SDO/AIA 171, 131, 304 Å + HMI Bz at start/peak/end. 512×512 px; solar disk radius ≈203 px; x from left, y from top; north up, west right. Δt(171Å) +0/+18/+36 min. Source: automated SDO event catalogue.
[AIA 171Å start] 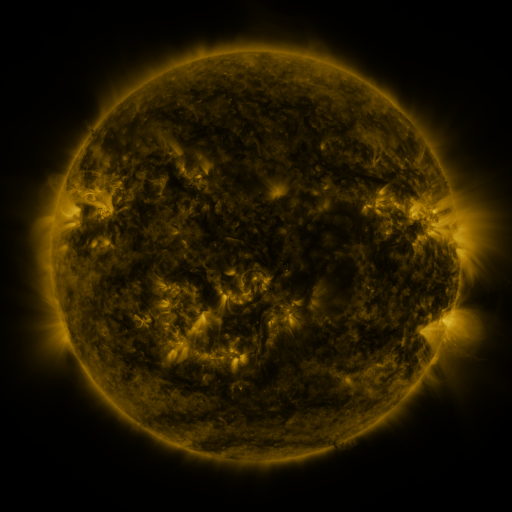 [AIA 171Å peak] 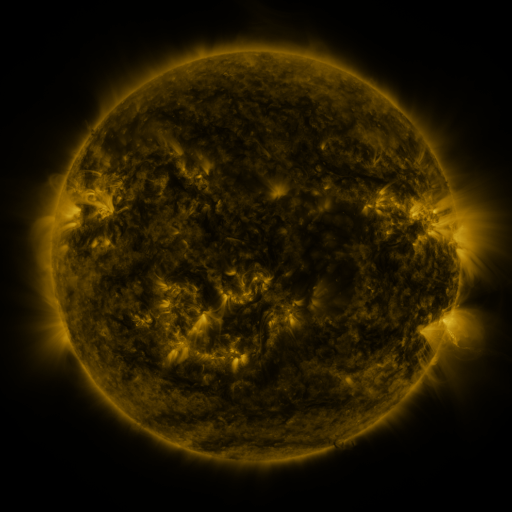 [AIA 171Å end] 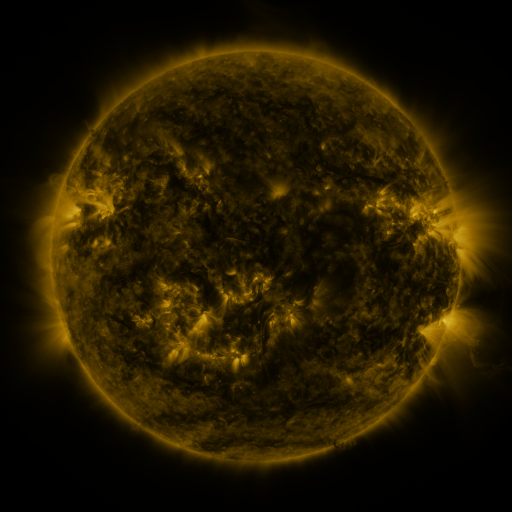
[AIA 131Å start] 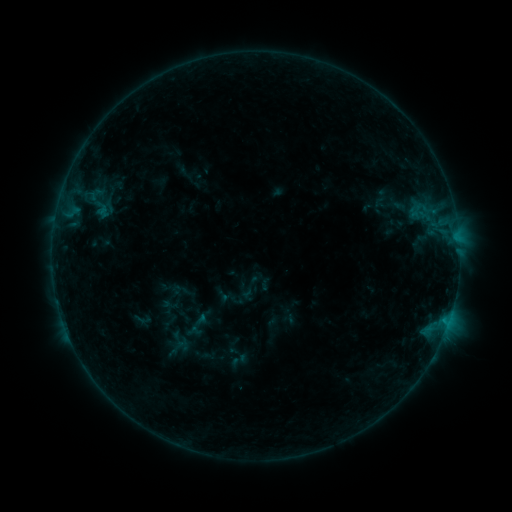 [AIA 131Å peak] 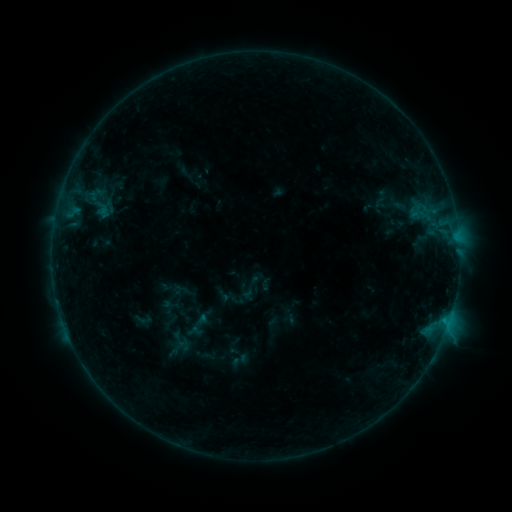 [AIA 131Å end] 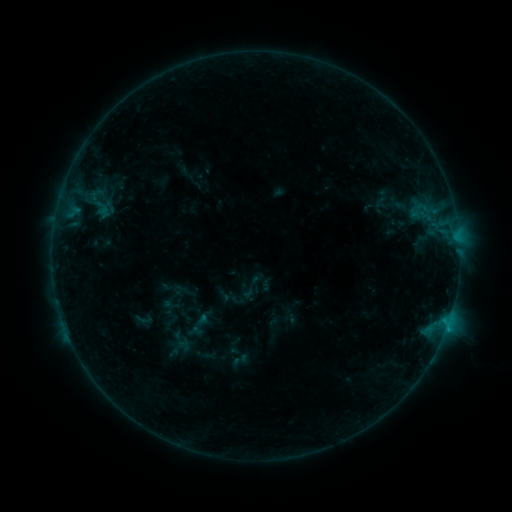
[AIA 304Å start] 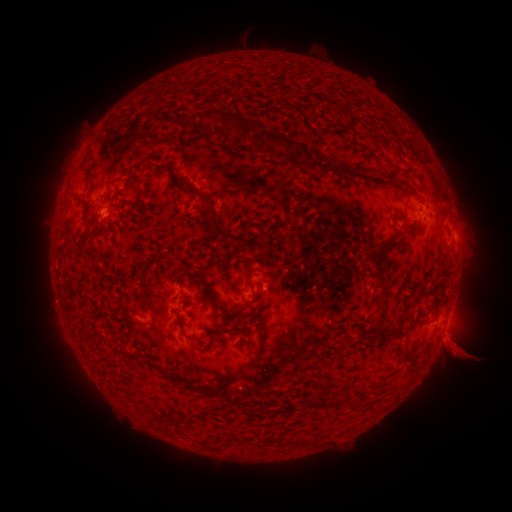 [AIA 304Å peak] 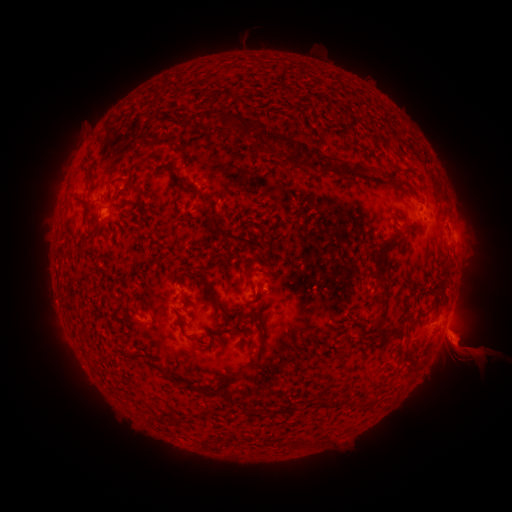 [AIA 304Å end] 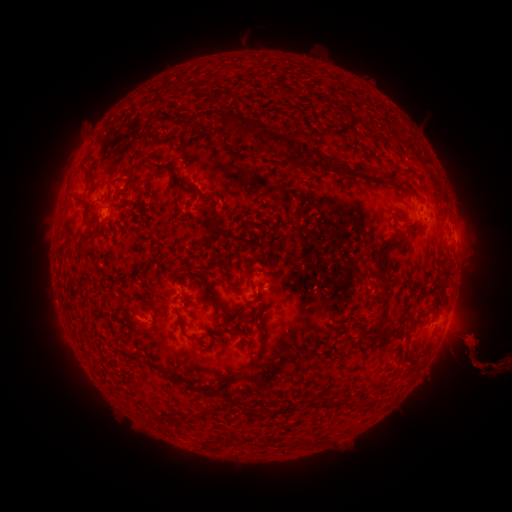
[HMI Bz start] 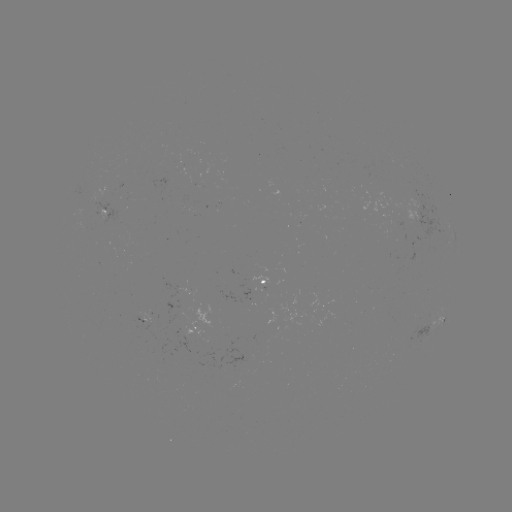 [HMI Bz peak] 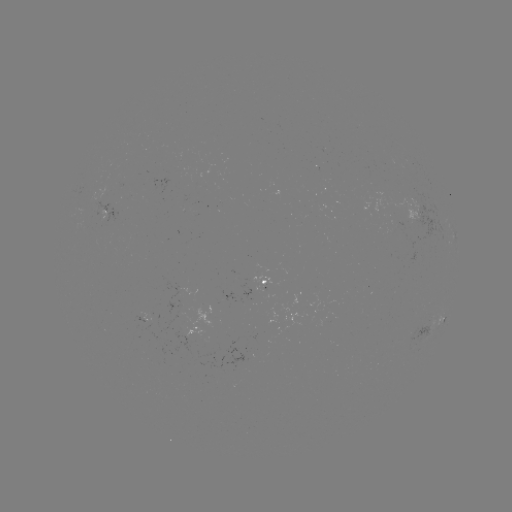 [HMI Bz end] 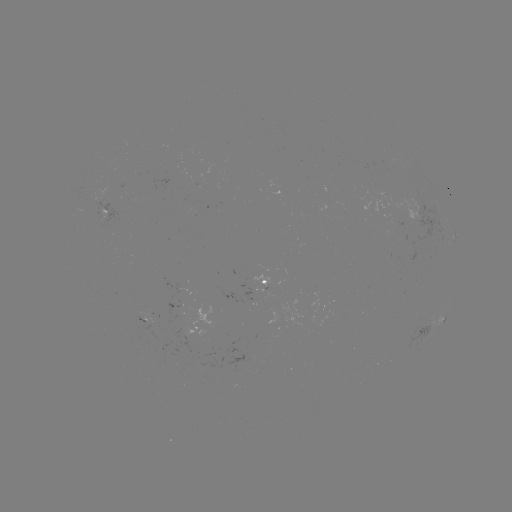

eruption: <bbox>434, 310, 511, 393</bbox>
